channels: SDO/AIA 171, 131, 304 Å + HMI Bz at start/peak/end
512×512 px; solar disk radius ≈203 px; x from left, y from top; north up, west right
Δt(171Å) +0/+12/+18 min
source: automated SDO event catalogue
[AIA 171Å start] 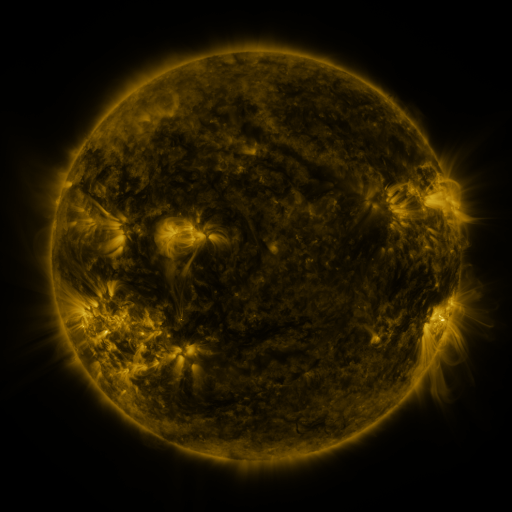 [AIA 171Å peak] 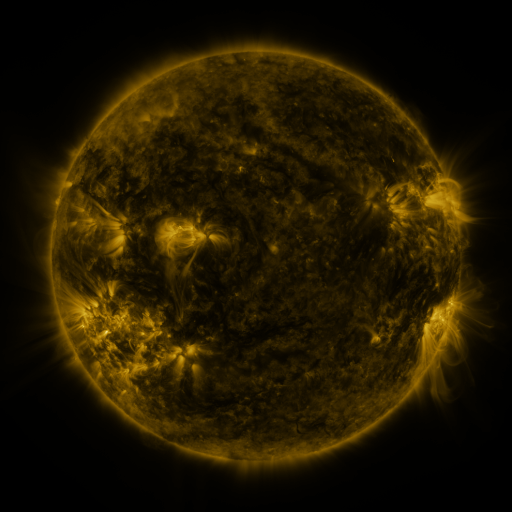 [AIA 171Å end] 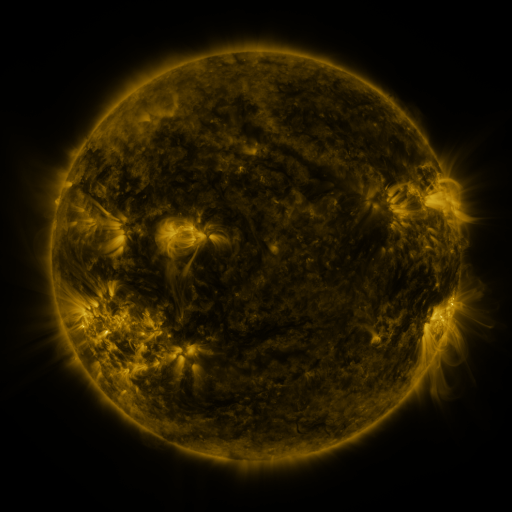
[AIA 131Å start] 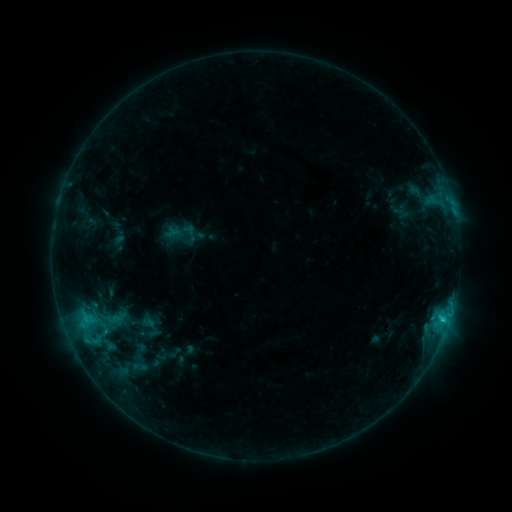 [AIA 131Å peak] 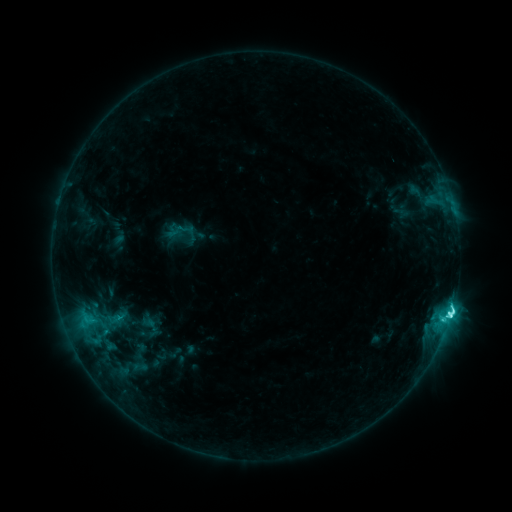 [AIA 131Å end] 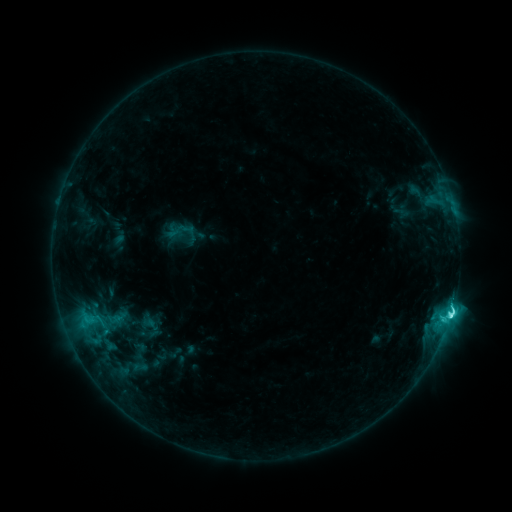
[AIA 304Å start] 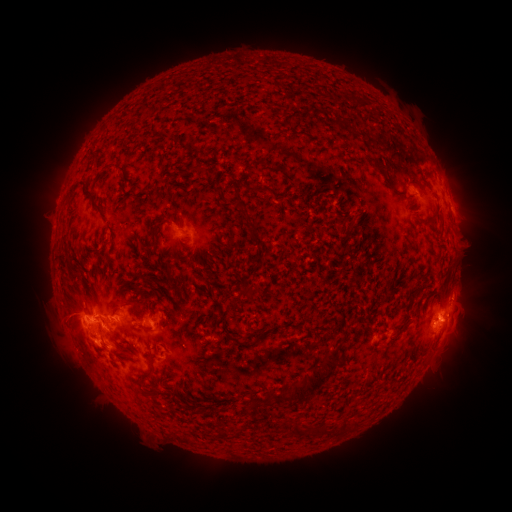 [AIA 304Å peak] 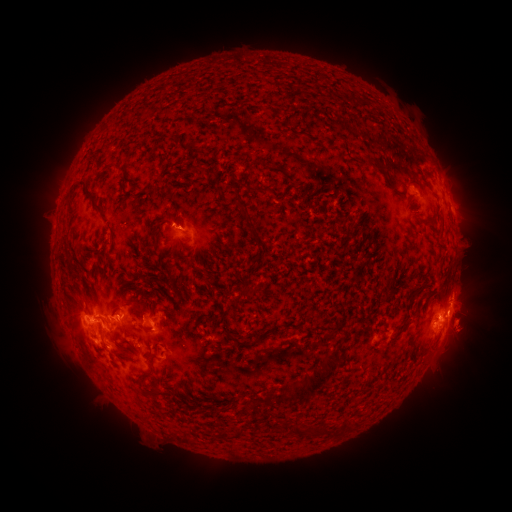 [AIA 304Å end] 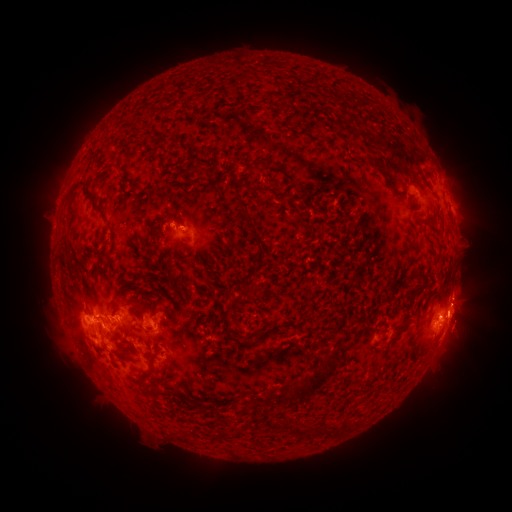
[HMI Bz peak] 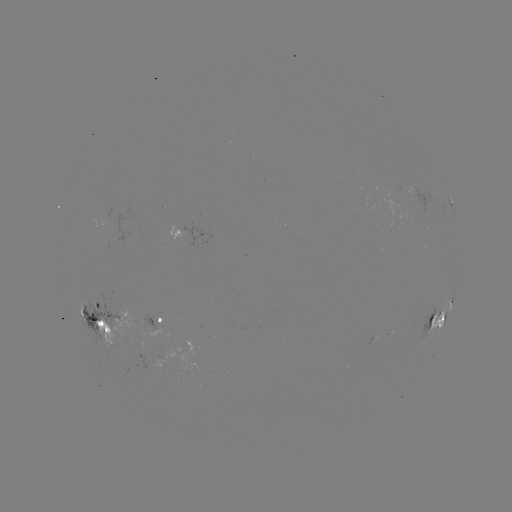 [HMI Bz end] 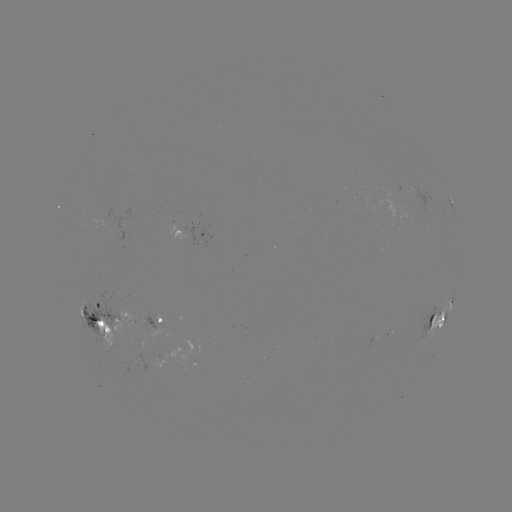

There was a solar flare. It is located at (450, 313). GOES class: C6.9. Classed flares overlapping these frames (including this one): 1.